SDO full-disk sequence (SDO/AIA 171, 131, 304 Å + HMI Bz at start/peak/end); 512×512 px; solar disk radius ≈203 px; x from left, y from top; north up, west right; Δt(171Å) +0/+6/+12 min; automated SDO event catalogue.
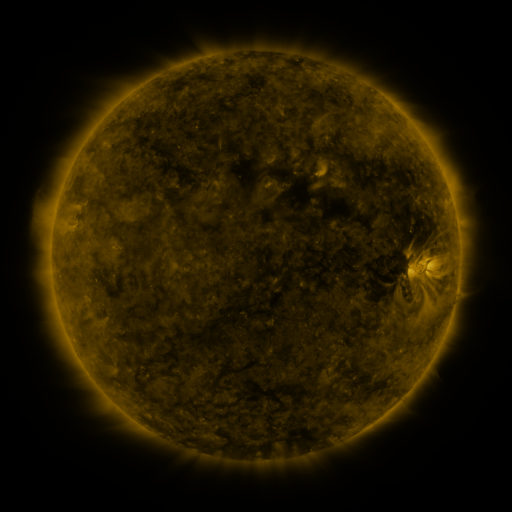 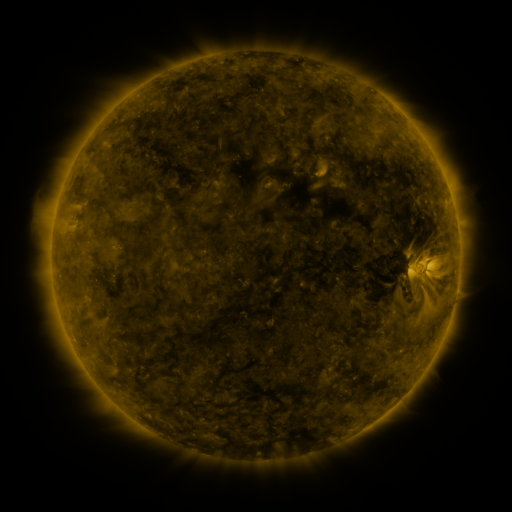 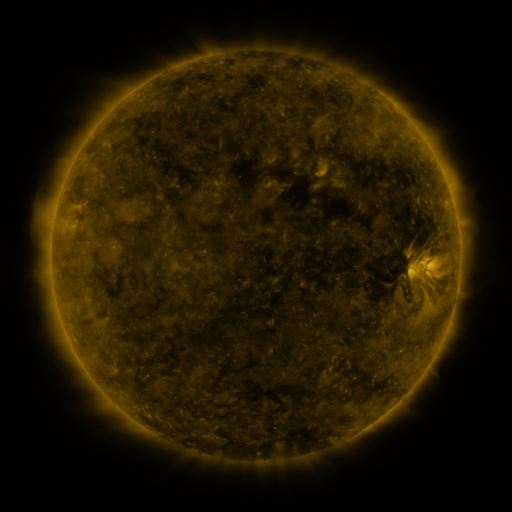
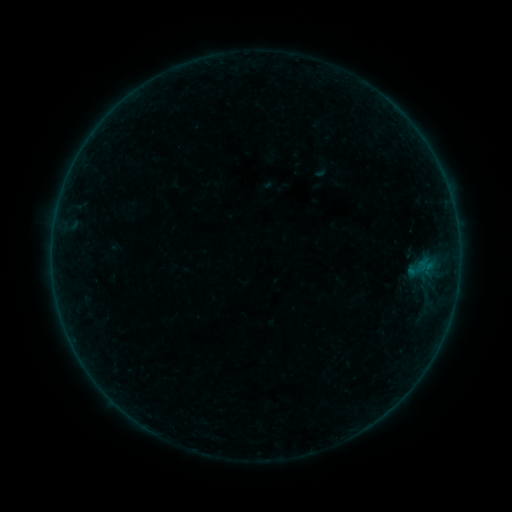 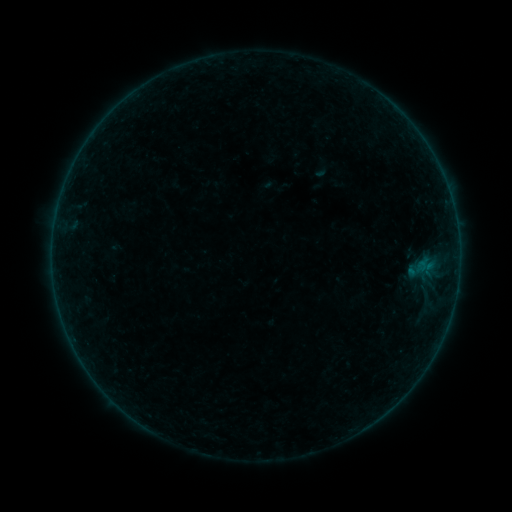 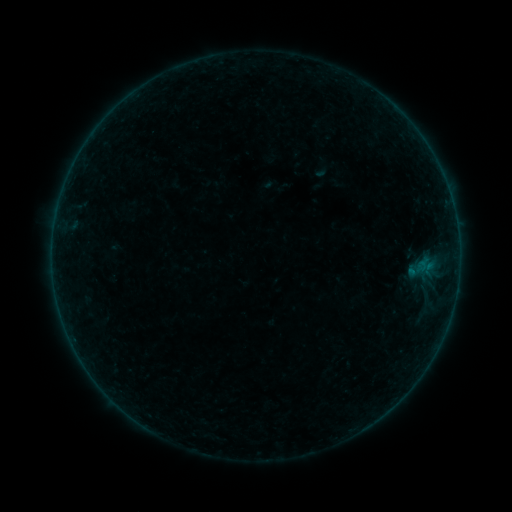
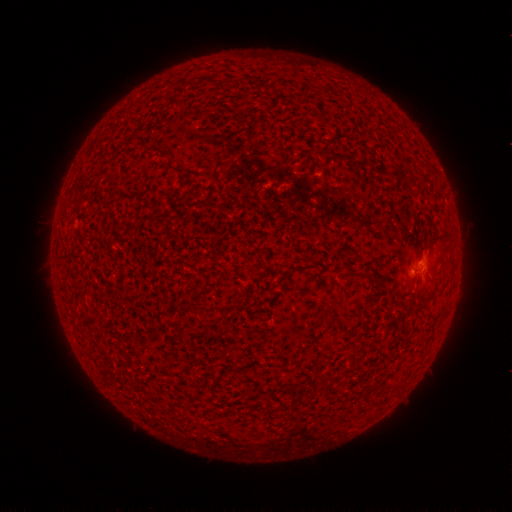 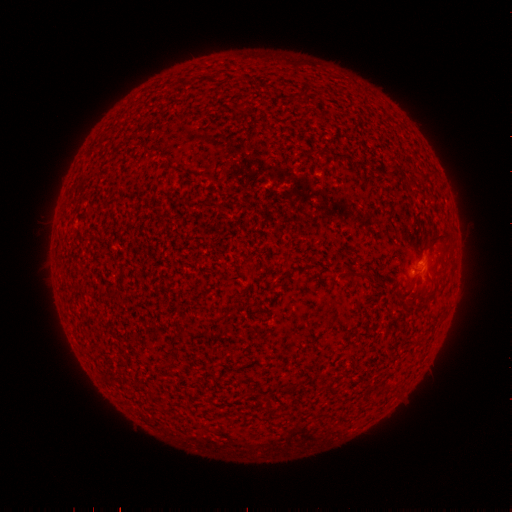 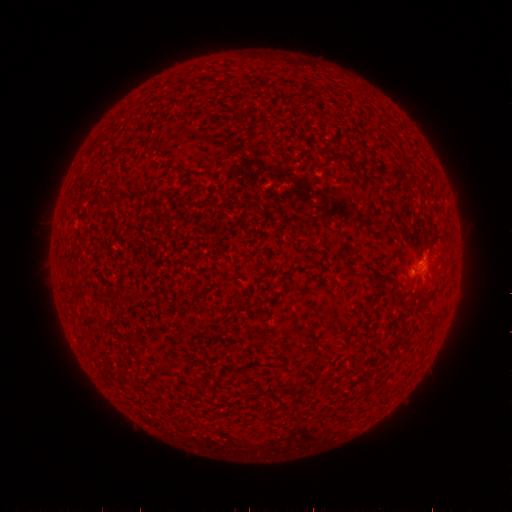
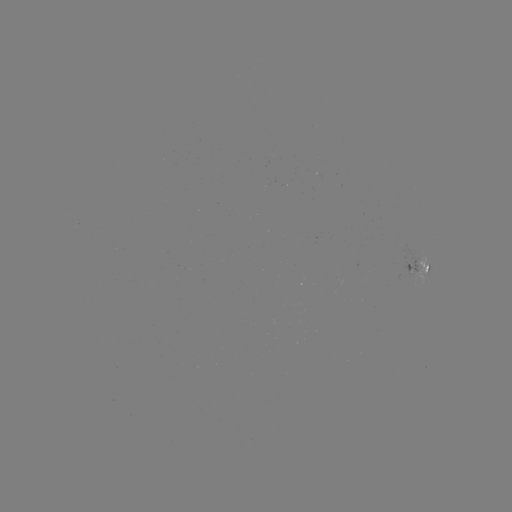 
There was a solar flare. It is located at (412, 269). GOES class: B1.2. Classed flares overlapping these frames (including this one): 1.